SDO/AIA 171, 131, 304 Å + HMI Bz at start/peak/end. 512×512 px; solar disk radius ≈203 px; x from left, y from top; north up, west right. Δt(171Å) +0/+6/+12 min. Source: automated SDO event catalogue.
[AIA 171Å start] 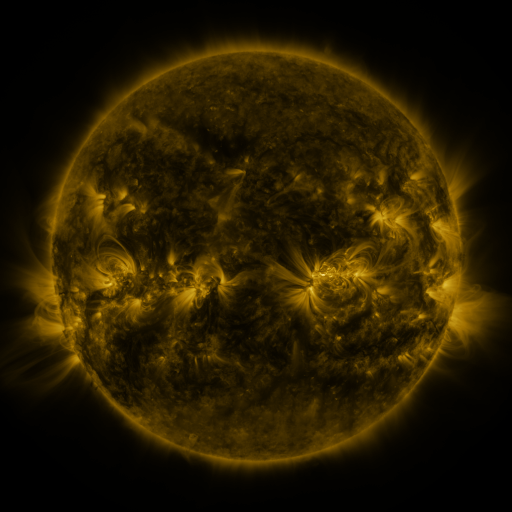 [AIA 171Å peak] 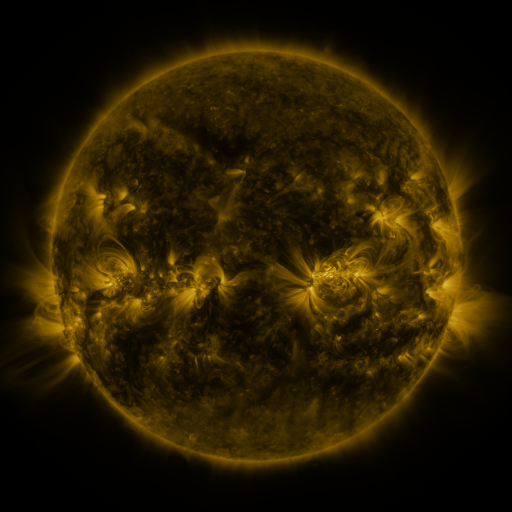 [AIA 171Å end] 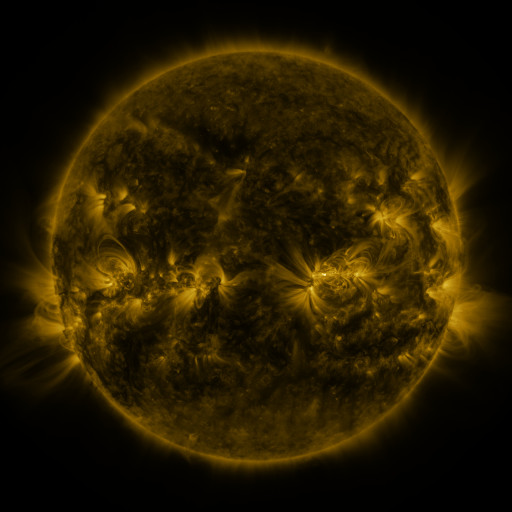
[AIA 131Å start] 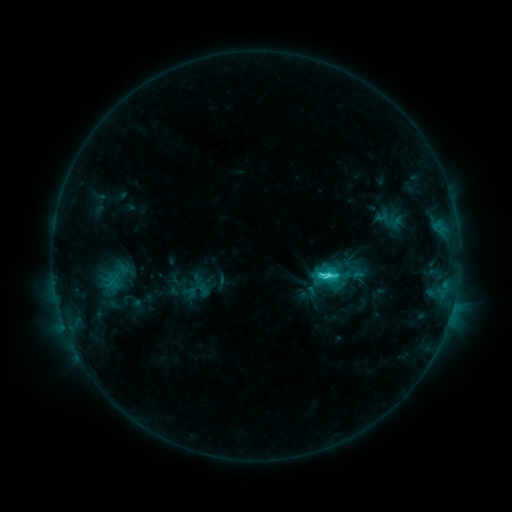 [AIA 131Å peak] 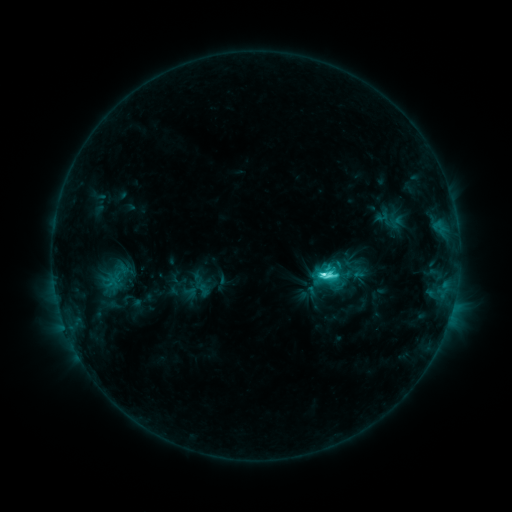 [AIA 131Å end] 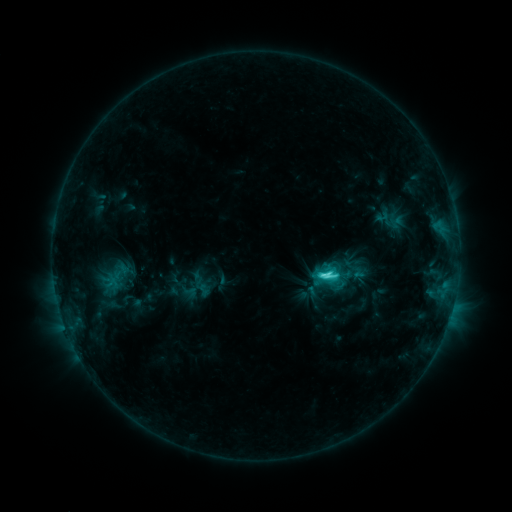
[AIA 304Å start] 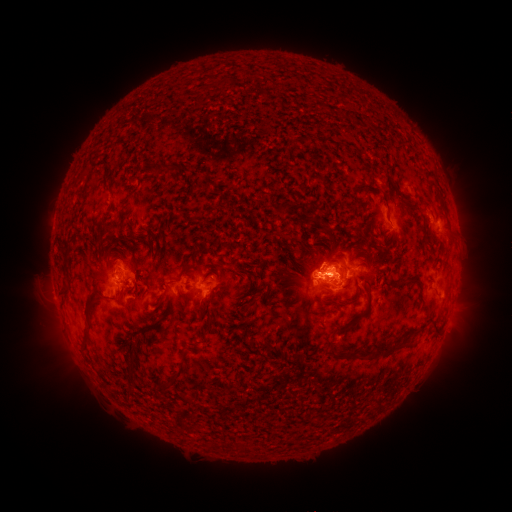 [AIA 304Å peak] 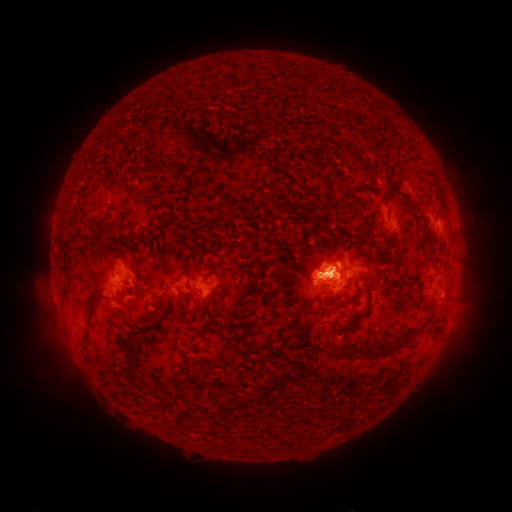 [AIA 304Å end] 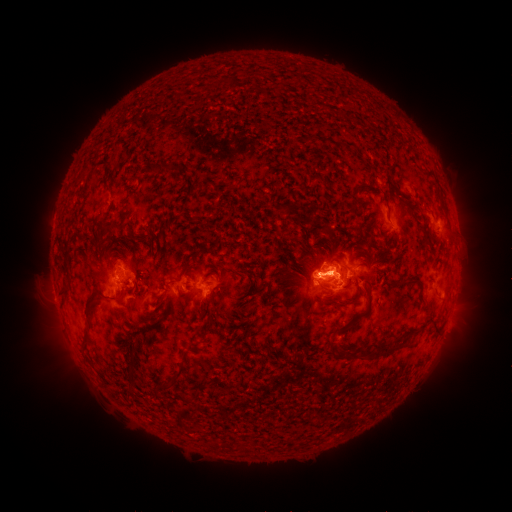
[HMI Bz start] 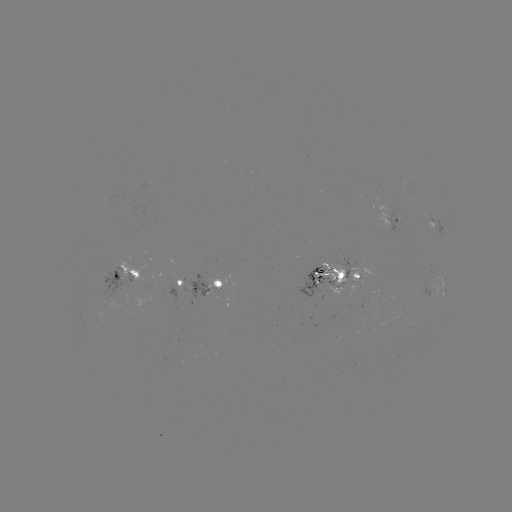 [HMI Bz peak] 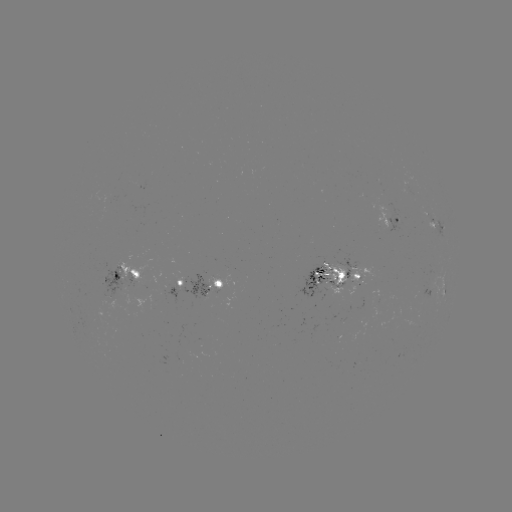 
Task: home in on C6.6 flare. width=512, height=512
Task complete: (321, 272).